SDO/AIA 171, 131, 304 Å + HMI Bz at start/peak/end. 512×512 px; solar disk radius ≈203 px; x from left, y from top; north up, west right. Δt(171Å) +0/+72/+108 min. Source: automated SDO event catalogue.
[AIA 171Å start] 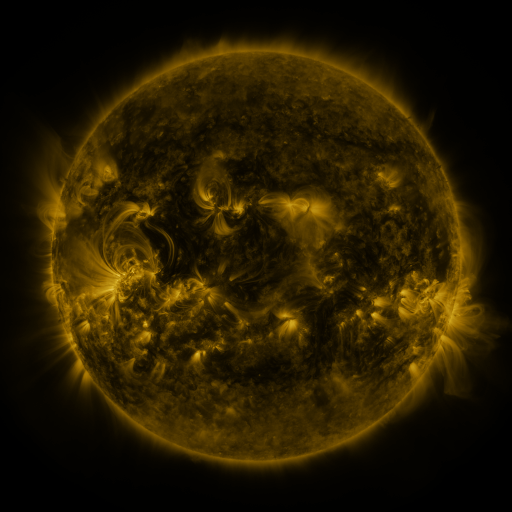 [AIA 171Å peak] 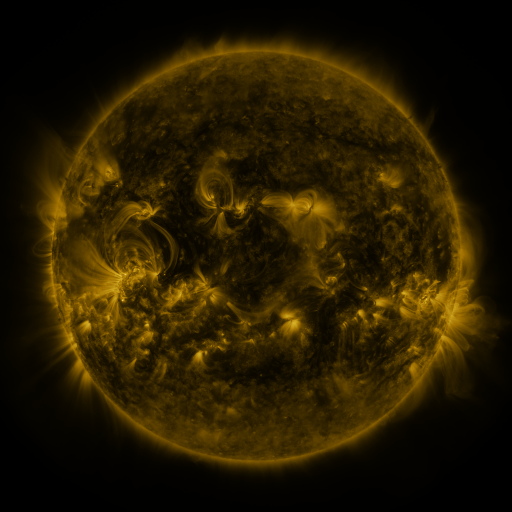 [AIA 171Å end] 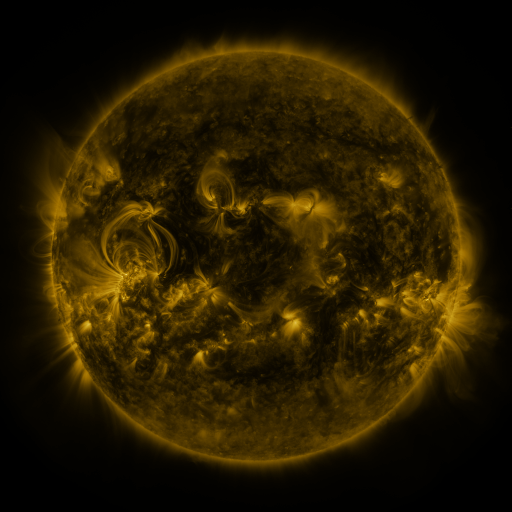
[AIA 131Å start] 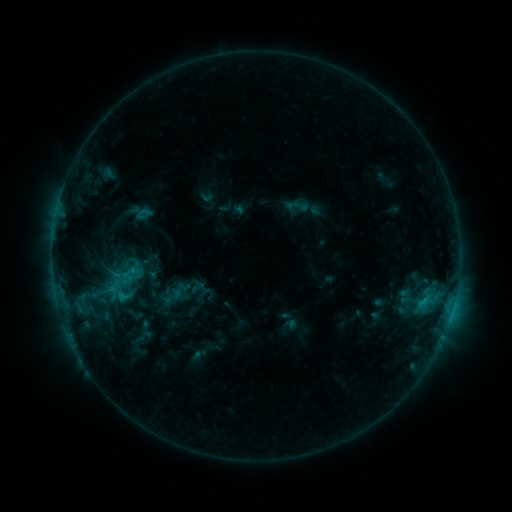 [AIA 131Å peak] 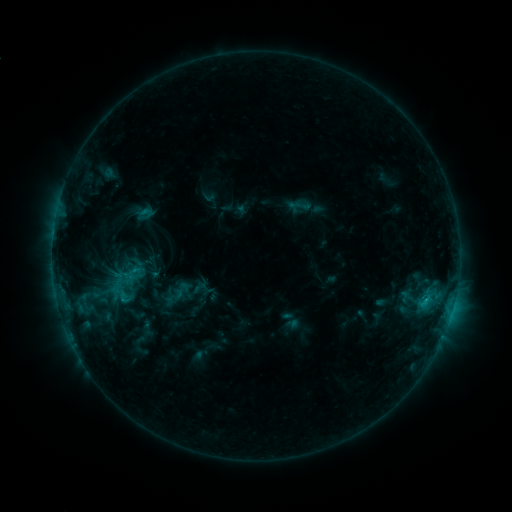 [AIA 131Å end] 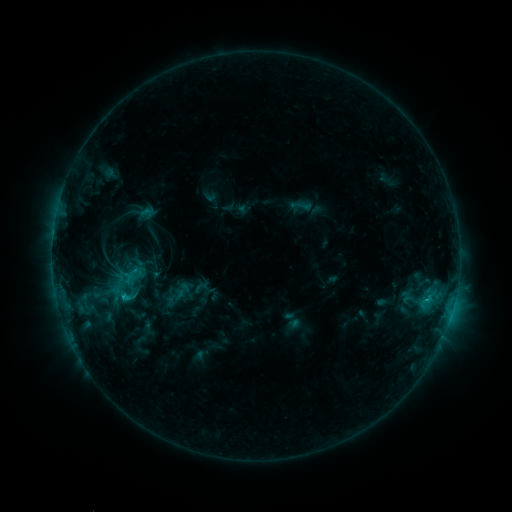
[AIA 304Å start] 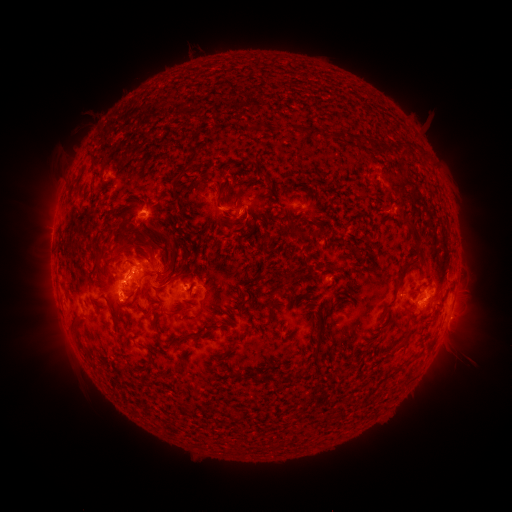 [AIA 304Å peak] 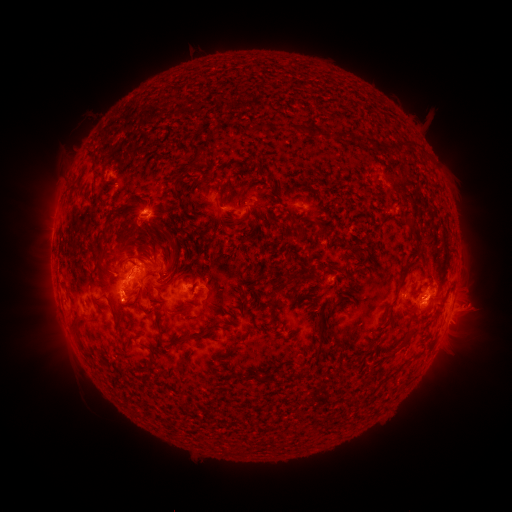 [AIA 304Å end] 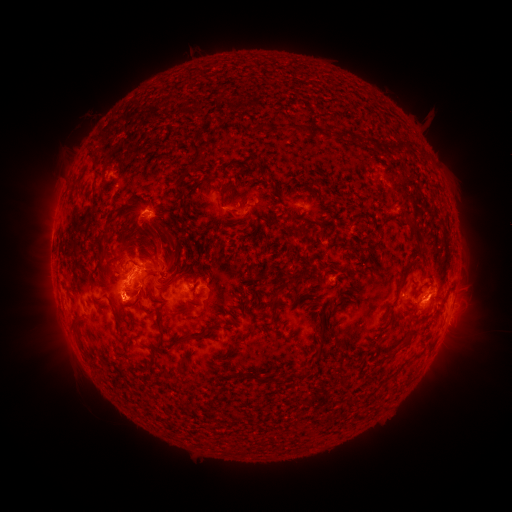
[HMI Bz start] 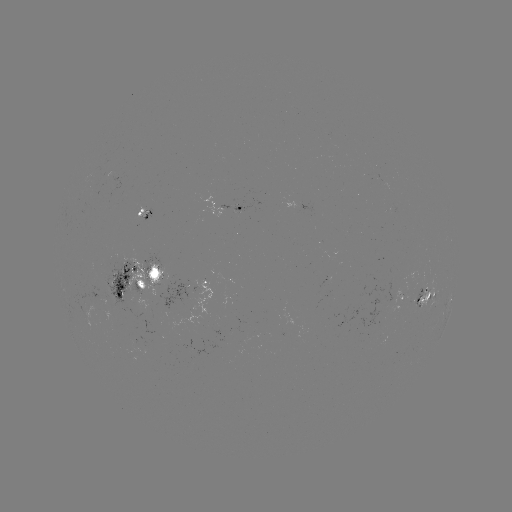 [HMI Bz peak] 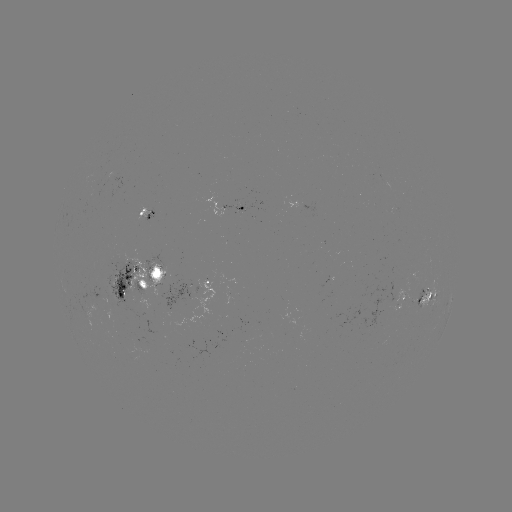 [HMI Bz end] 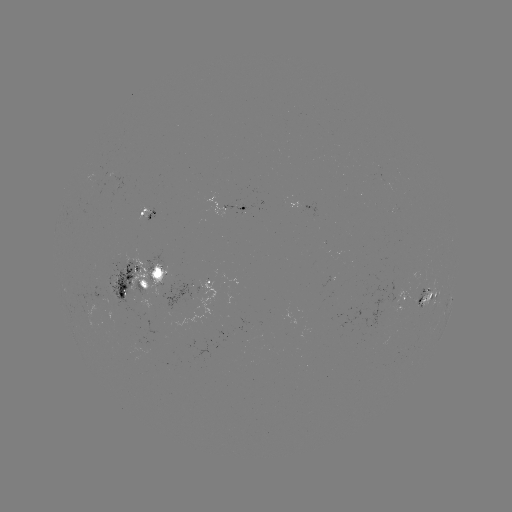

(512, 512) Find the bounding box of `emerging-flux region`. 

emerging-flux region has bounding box [319, 277, 331, 289].